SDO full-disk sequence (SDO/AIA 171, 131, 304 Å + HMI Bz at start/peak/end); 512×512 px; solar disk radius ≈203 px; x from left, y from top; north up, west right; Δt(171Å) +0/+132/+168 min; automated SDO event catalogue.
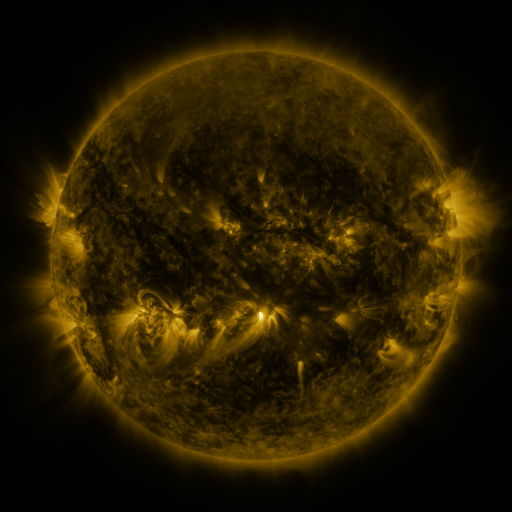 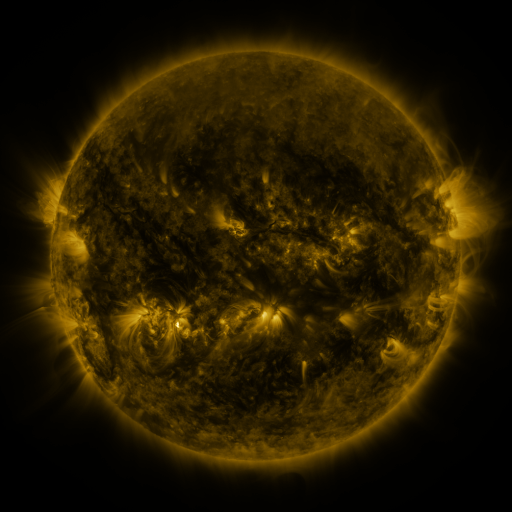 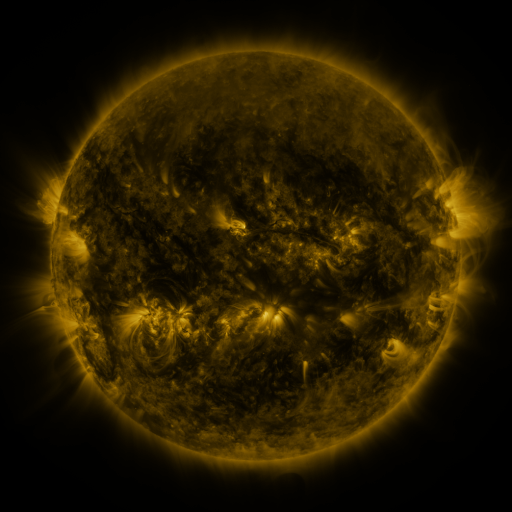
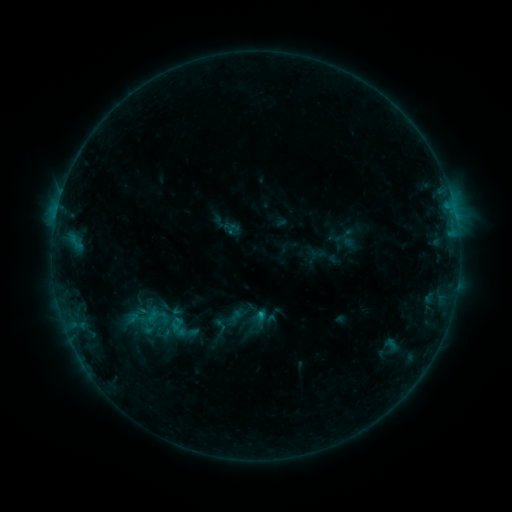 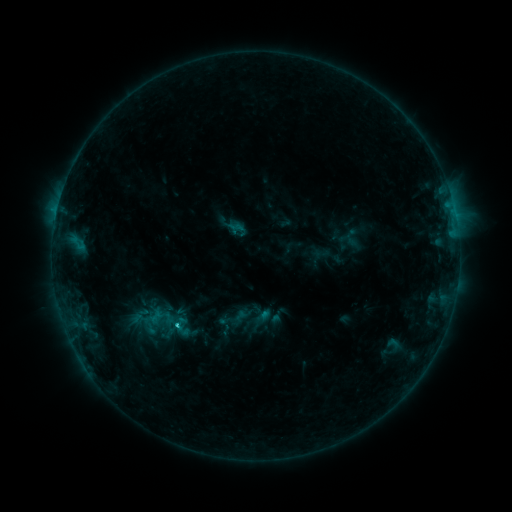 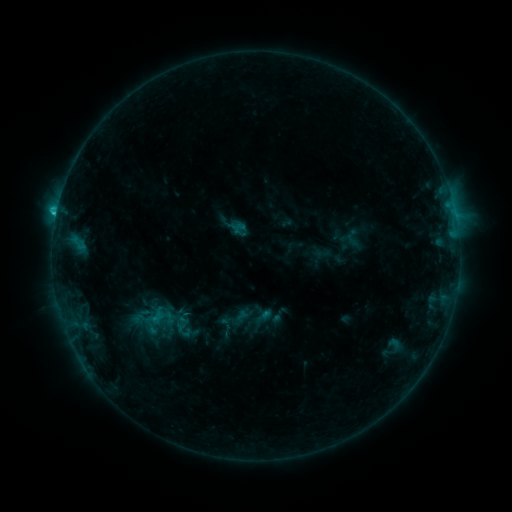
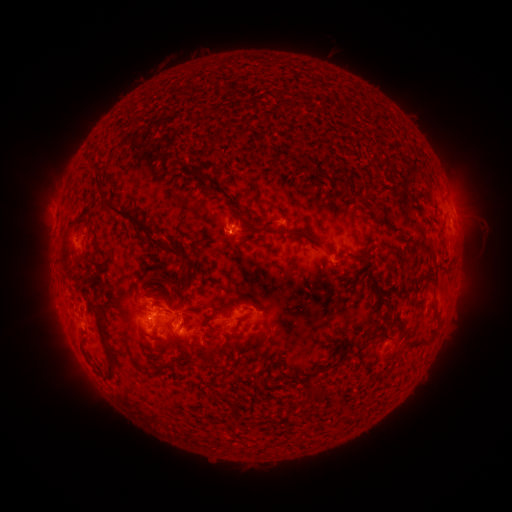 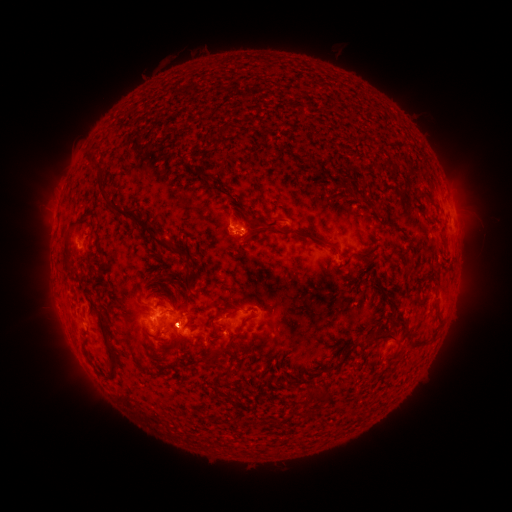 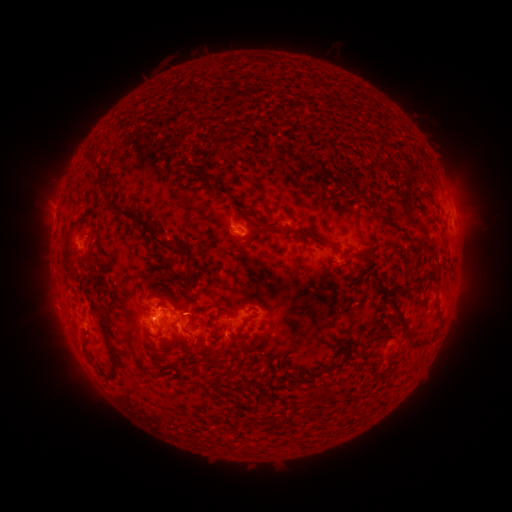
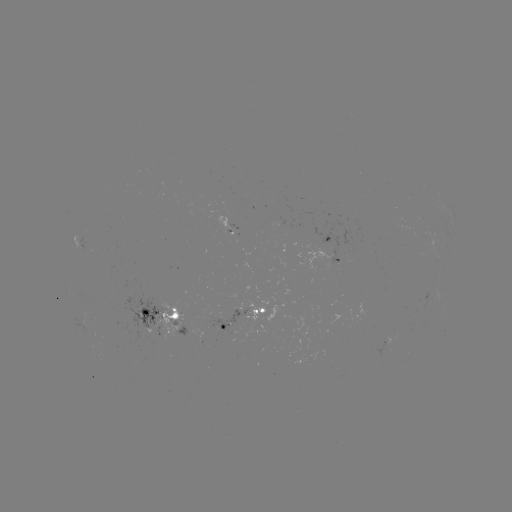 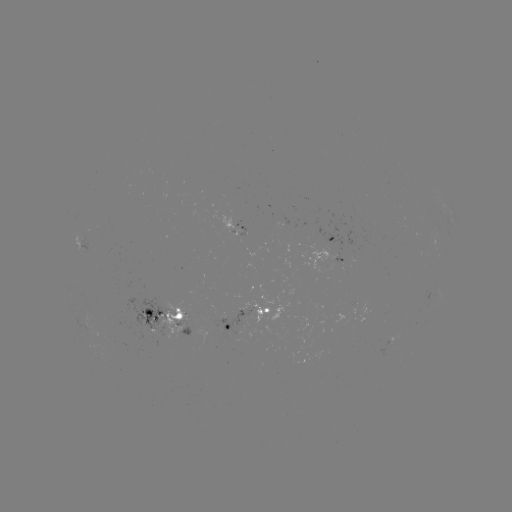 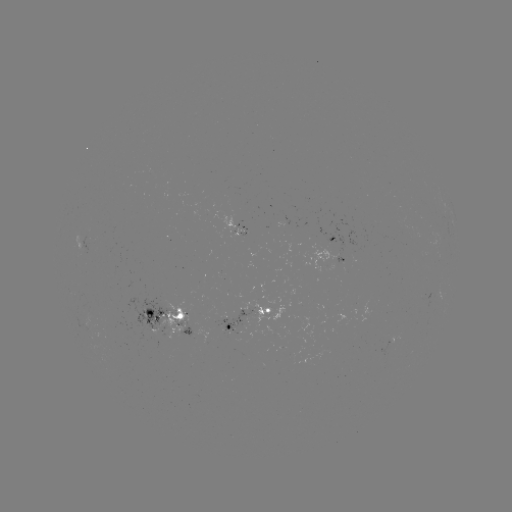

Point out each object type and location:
emerging-flux region: (146, 315)
